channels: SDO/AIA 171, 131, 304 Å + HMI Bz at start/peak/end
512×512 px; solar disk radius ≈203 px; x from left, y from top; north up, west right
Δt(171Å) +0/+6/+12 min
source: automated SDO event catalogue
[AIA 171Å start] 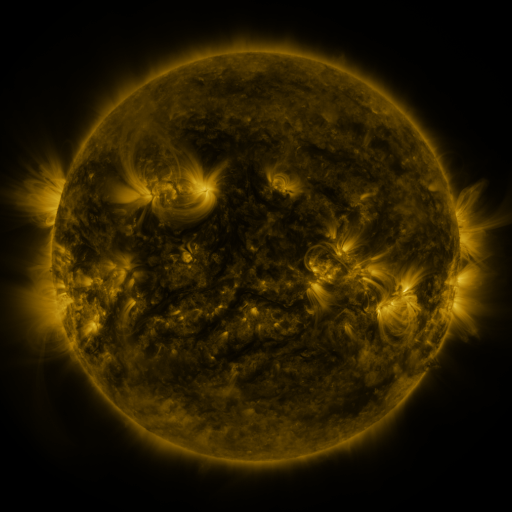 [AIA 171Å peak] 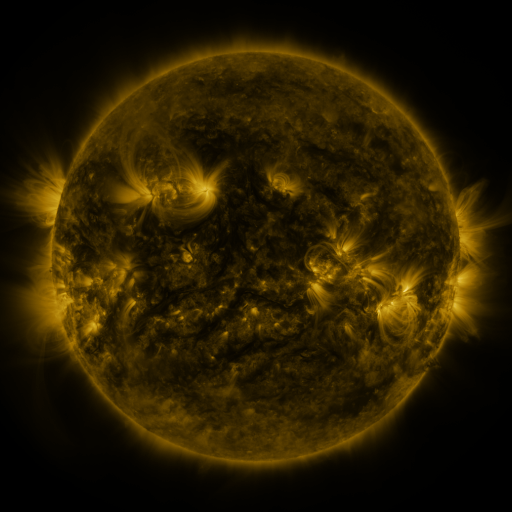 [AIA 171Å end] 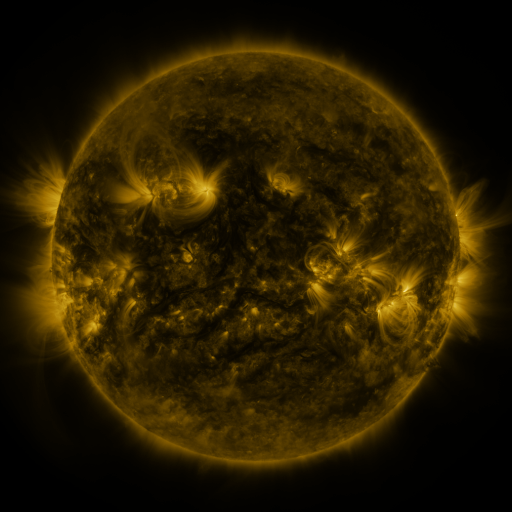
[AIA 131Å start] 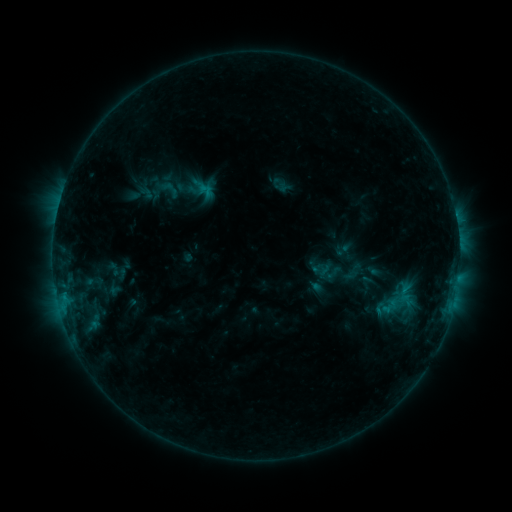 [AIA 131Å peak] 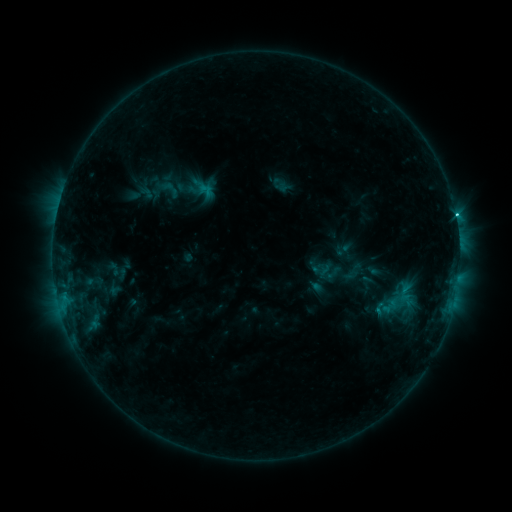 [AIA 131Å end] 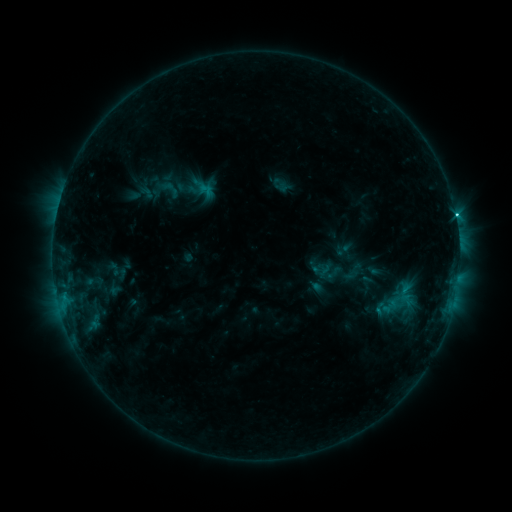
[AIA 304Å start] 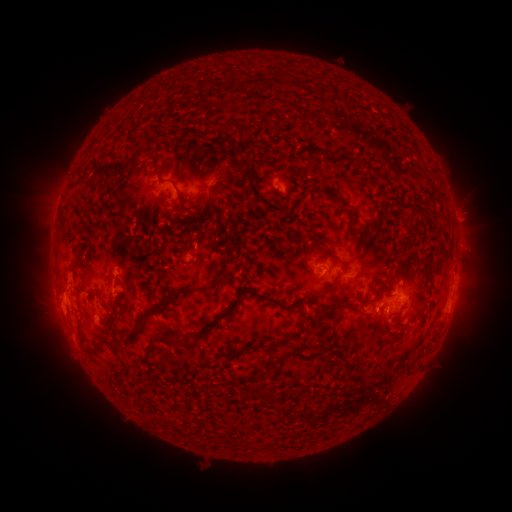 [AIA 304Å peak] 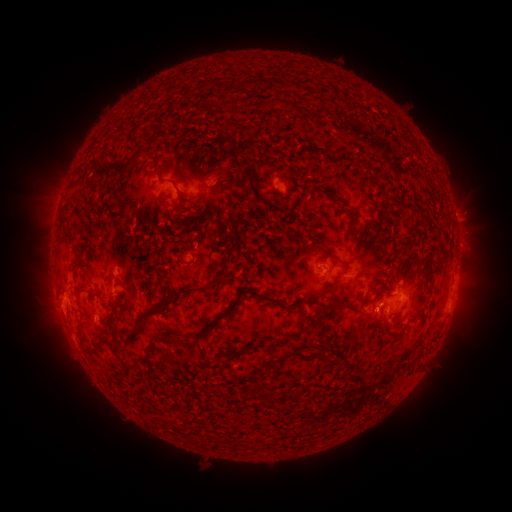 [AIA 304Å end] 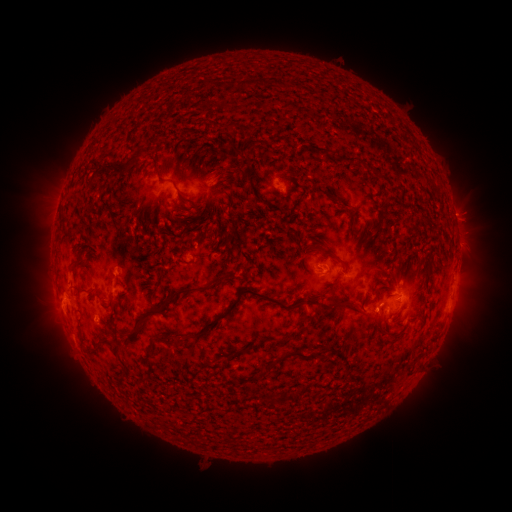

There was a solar flare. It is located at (455, 216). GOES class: C1.5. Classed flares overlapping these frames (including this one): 1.